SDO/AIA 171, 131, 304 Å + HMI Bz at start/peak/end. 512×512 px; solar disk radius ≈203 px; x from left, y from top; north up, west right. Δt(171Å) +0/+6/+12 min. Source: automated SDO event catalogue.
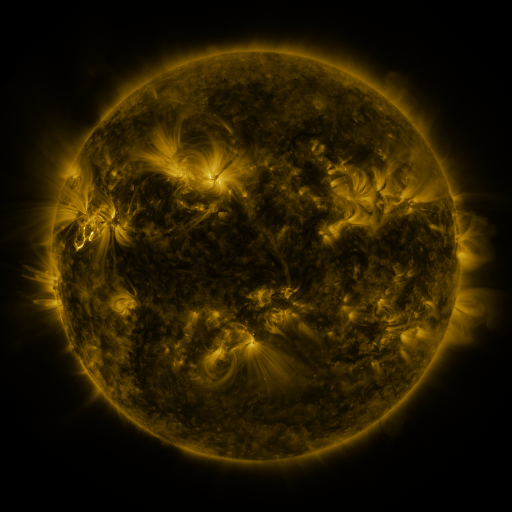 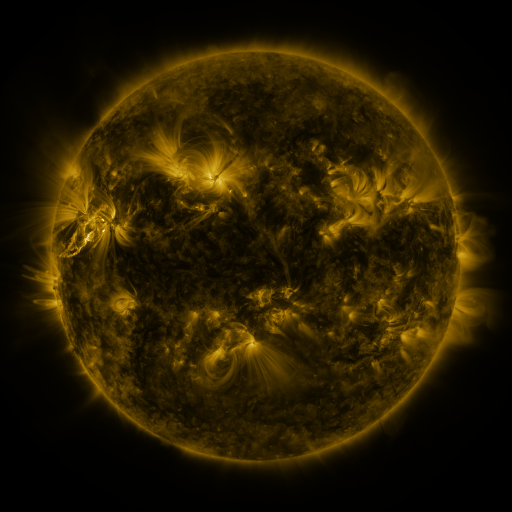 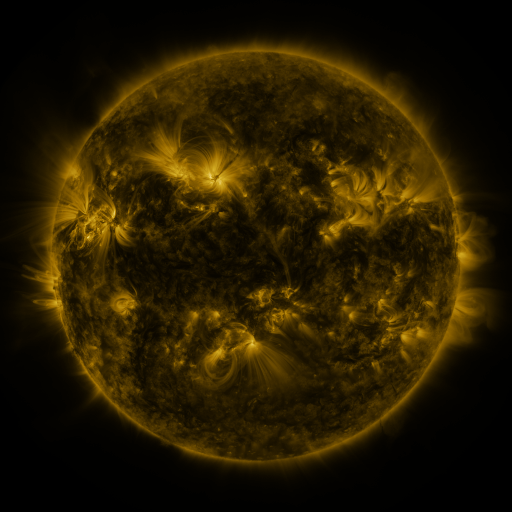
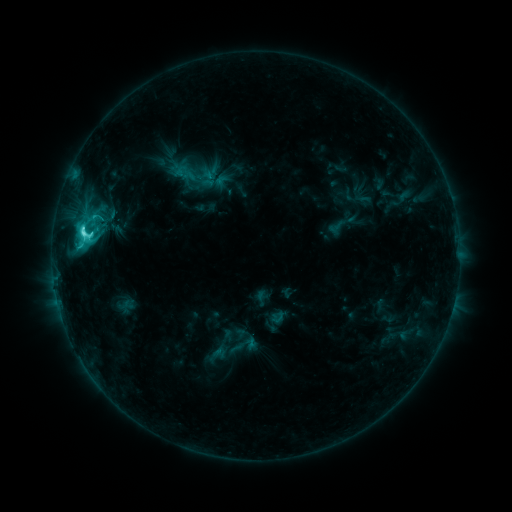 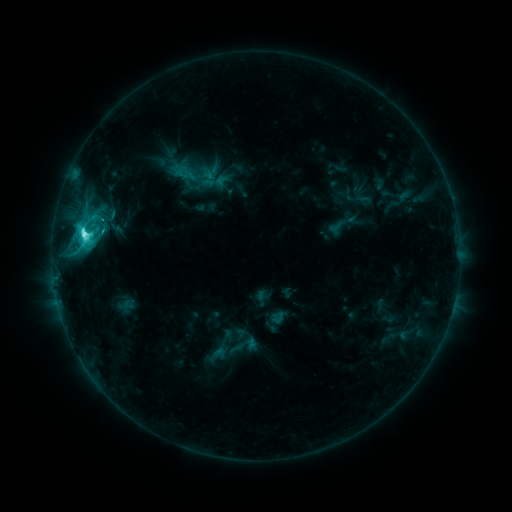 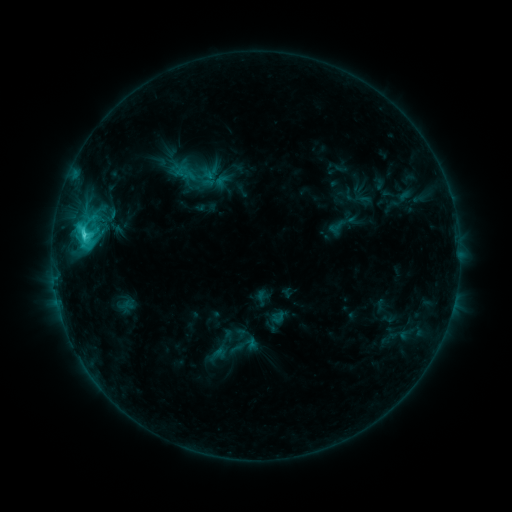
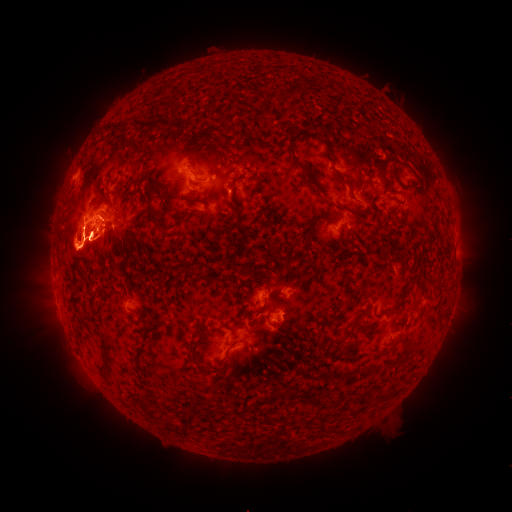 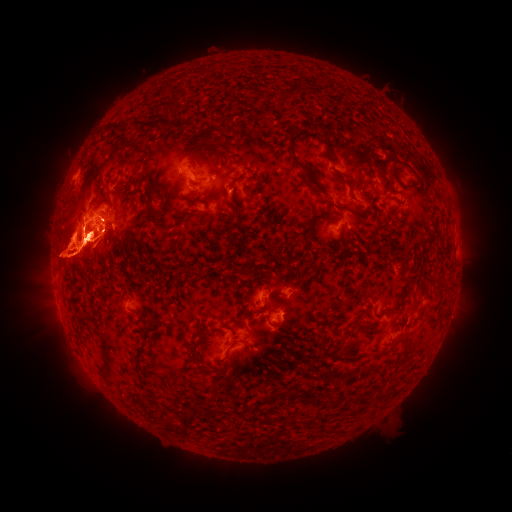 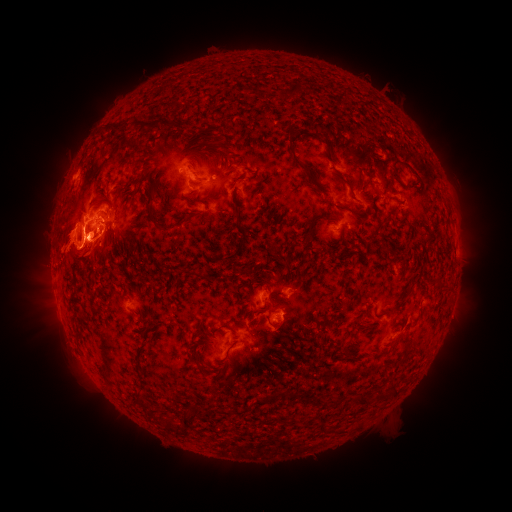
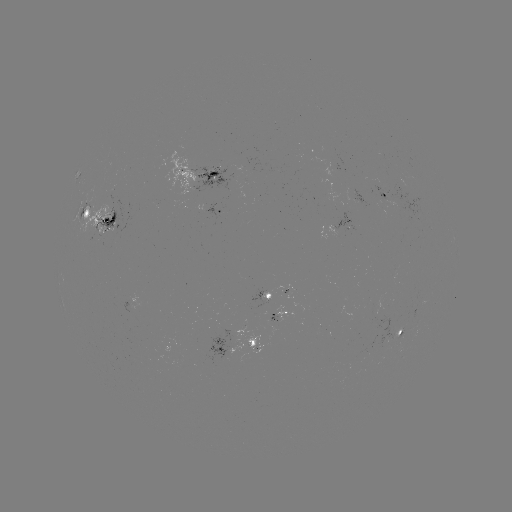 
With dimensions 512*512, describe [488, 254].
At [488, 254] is eruption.